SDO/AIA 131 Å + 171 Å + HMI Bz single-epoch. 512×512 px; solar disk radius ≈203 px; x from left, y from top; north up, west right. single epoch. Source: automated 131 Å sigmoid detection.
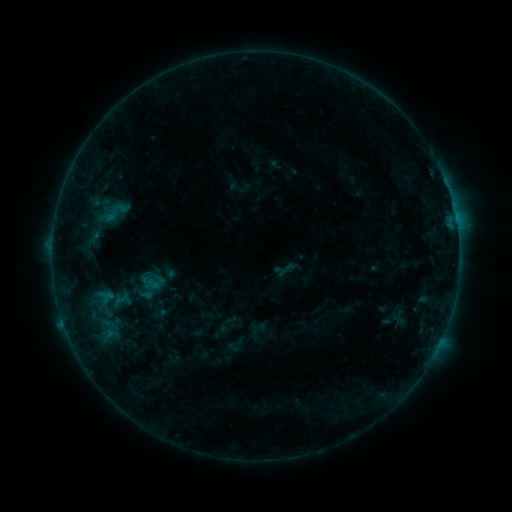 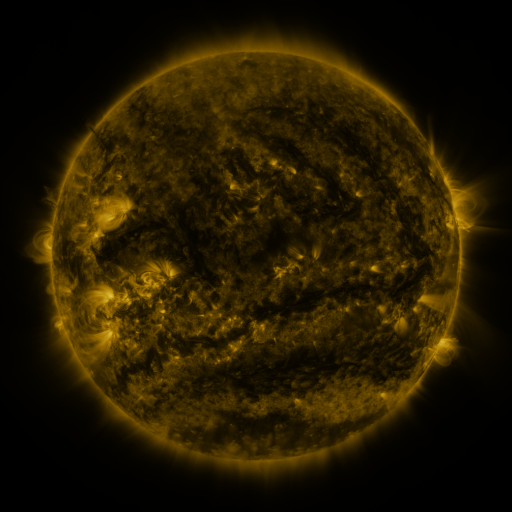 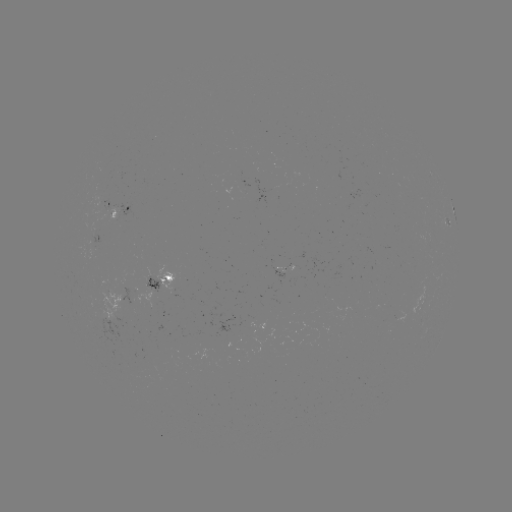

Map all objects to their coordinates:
sigmoid: (104, 200, 128, 223)
